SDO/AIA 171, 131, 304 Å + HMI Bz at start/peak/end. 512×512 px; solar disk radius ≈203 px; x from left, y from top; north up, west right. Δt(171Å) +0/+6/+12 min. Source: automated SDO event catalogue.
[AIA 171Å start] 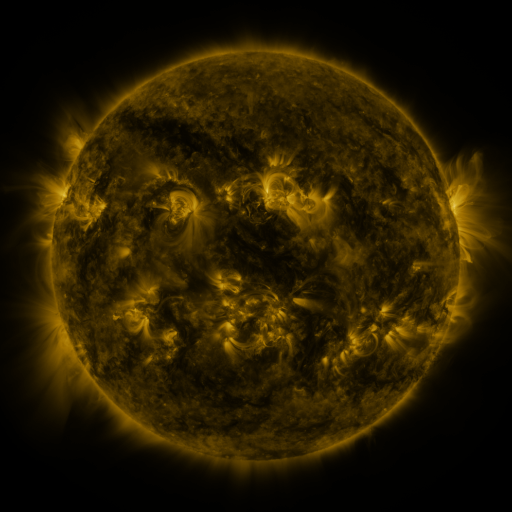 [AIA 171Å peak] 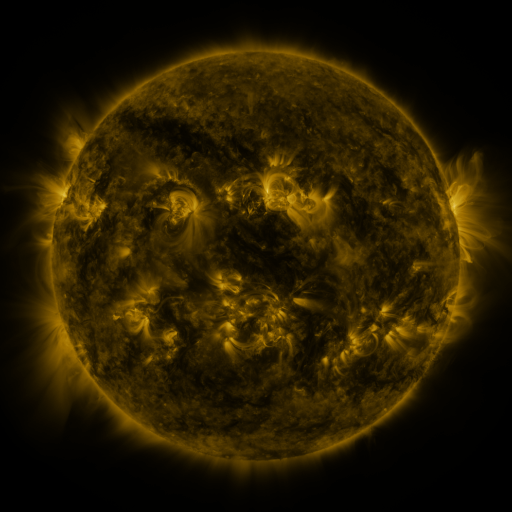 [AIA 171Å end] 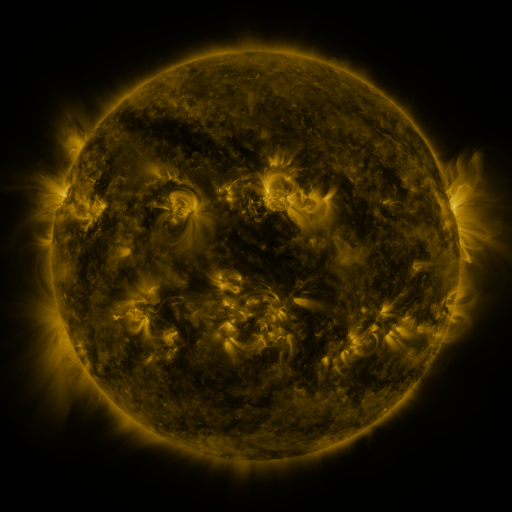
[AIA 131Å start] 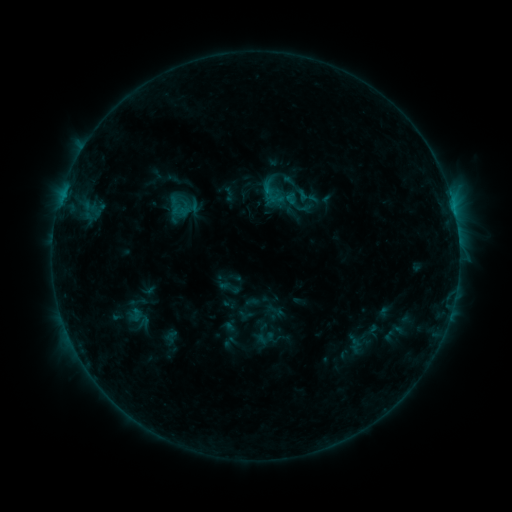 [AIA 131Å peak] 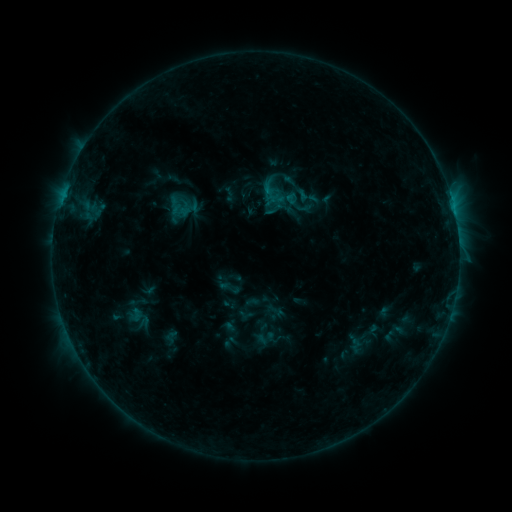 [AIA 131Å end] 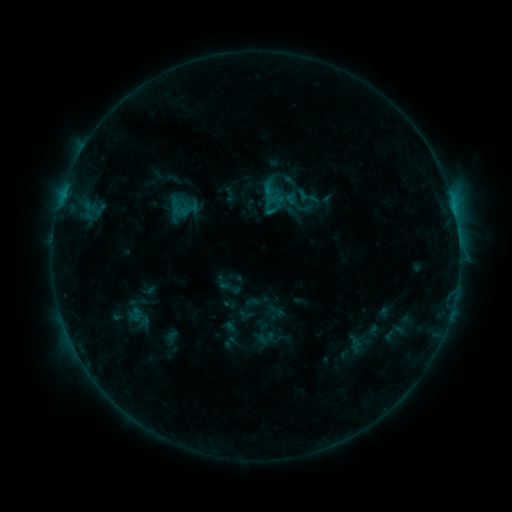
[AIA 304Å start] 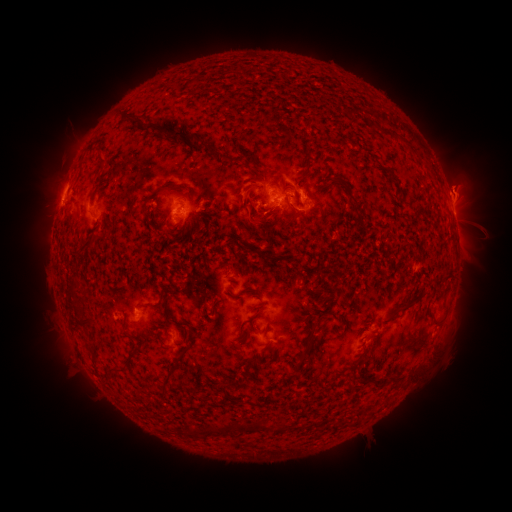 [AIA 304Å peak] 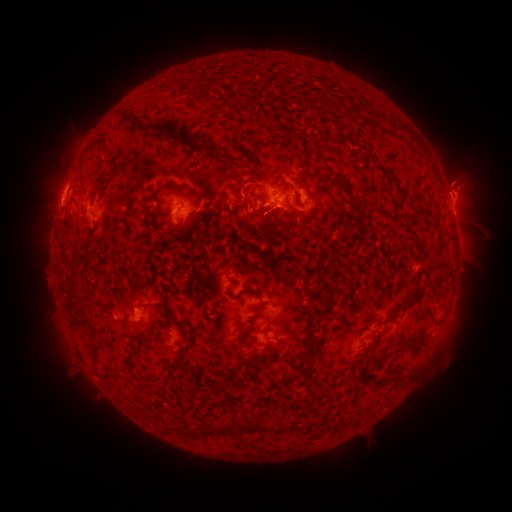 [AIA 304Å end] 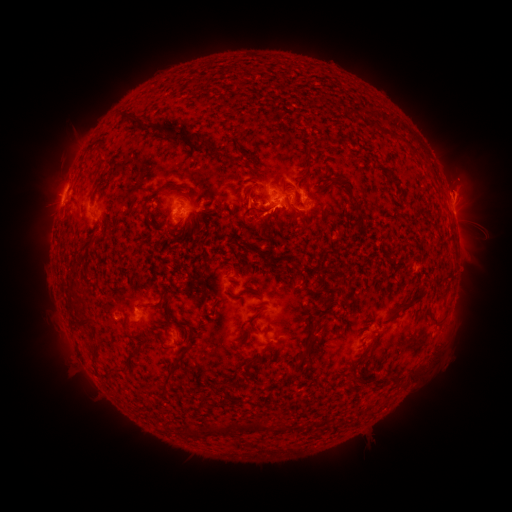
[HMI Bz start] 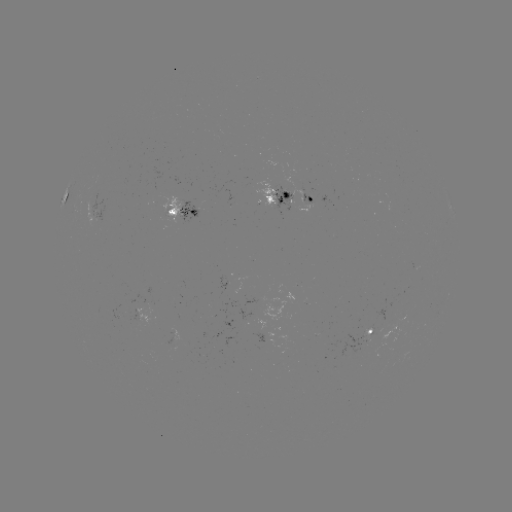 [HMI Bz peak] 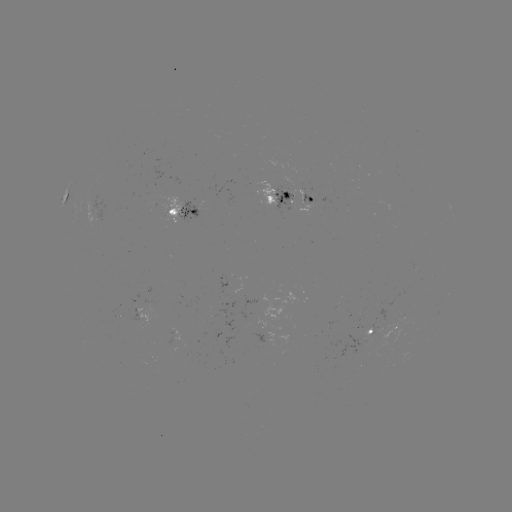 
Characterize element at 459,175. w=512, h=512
eruption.